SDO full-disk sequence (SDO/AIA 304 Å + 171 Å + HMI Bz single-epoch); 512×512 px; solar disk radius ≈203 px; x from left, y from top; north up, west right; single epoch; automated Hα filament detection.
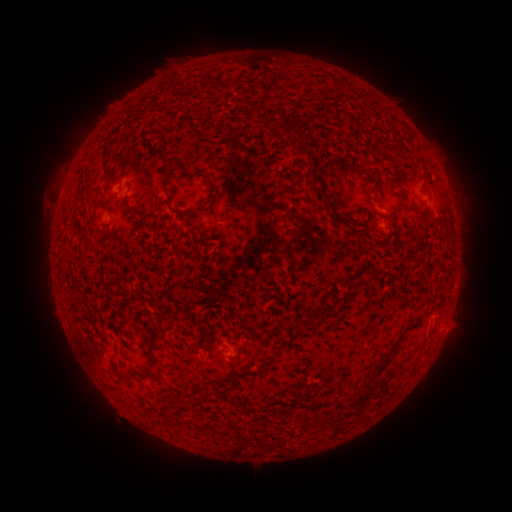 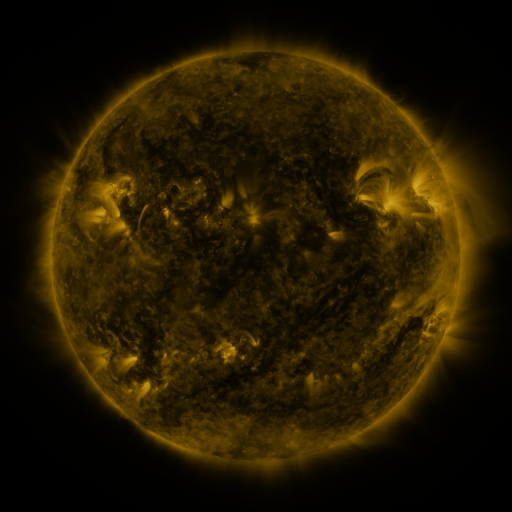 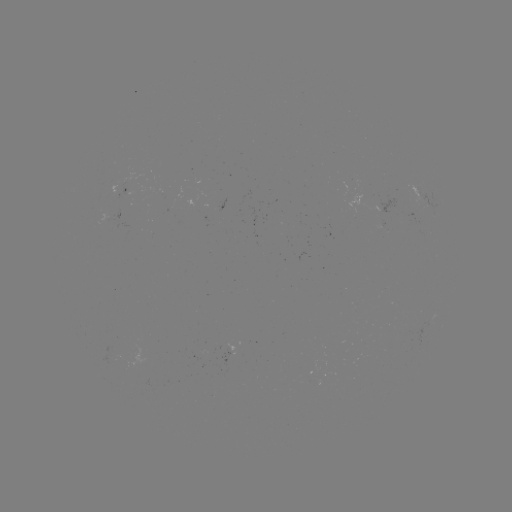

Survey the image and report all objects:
filament: (266, 119)
filament: (233, 132)
filament: (105, 149)
filament: (314, 164)
filament: (106, 168)
filament: (423, 168)
filament: (375, 195)
filament: (169, 197)
filament: (208, 202)
filament: (157, 204)
filament: (130, 210)
filament: (345, 220)
filament: (300, 331)
filament: (154, 344)
filament: (239, 354)
filament: (383, 366)
filament: (368, 383)
filament: (360, 399)
filament: (172, 400)
